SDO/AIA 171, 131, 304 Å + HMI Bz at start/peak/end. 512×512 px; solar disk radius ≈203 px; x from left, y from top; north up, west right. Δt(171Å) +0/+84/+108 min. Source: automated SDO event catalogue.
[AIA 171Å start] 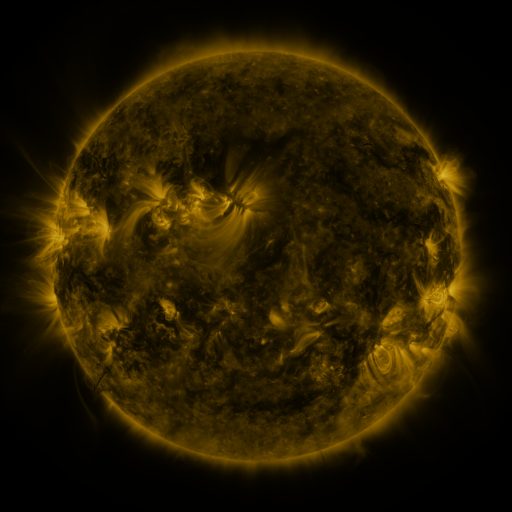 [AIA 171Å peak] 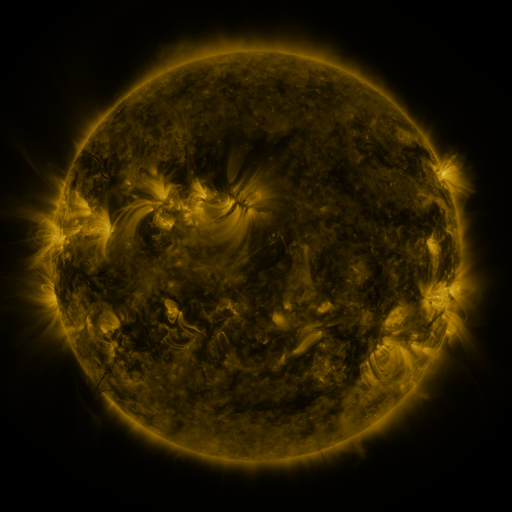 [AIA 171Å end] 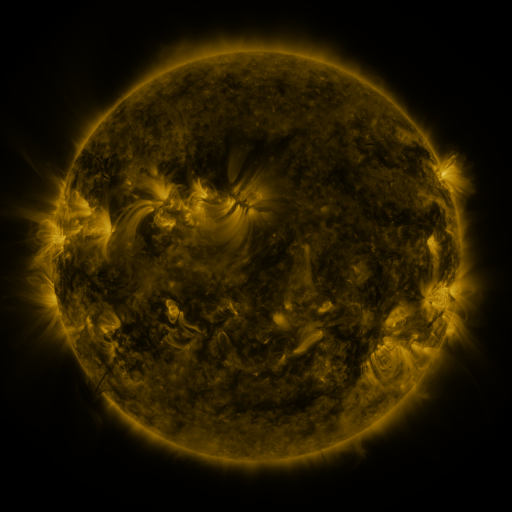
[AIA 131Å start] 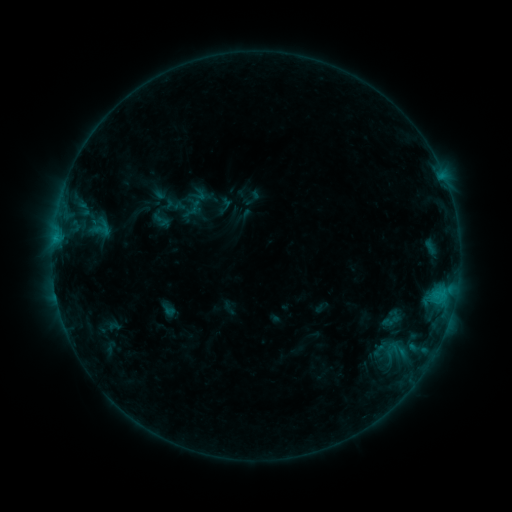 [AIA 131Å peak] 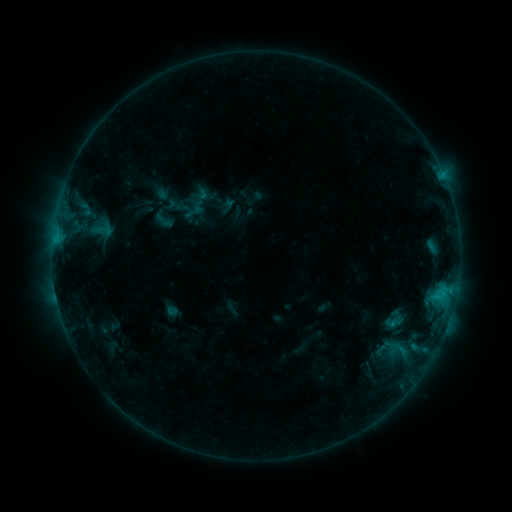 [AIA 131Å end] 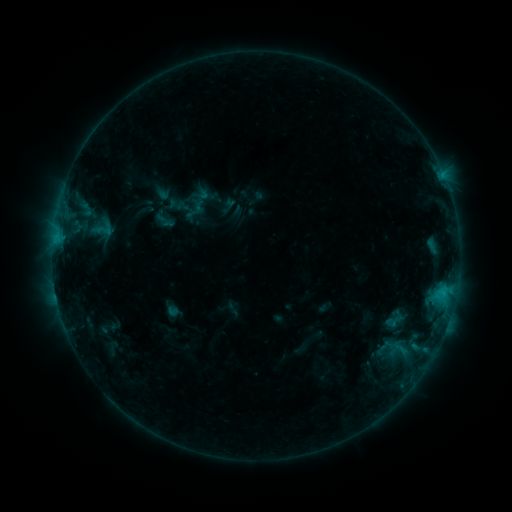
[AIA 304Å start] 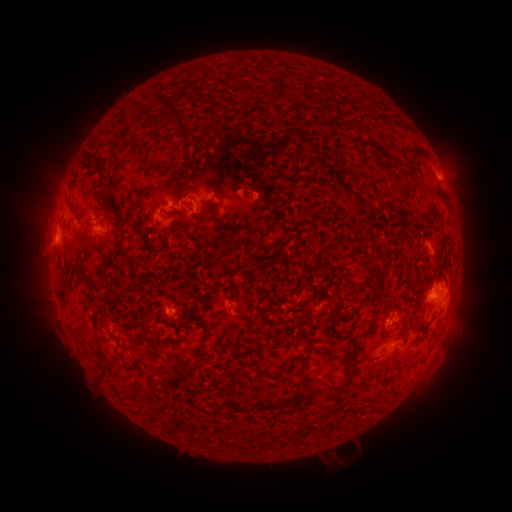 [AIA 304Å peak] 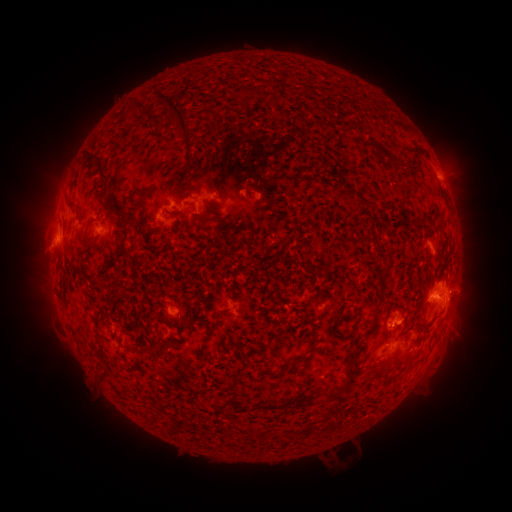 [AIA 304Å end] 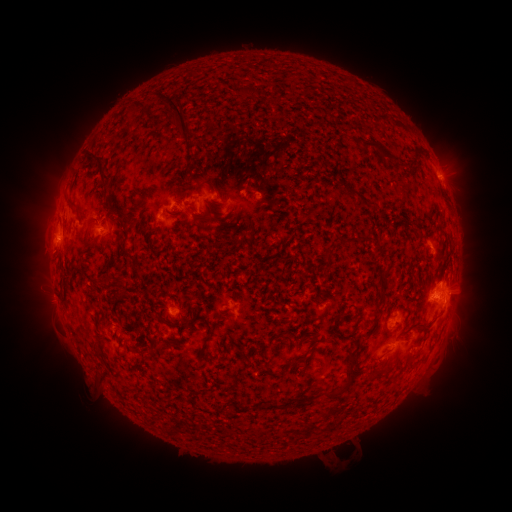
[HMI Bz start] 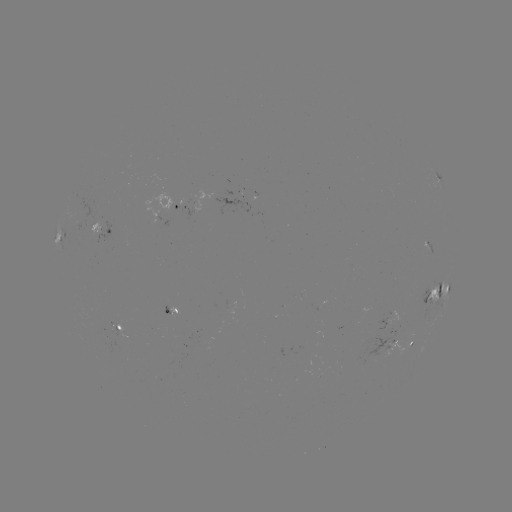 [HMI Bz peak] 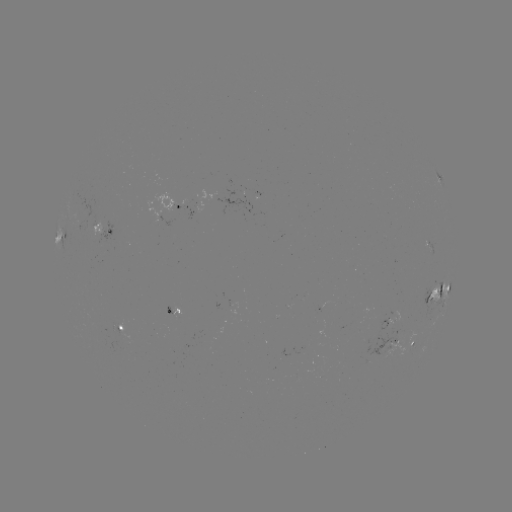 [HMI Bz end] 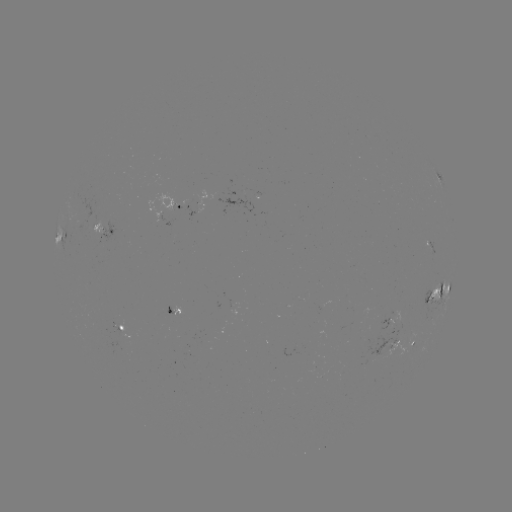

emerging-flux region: (379, 318, 391, 330)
